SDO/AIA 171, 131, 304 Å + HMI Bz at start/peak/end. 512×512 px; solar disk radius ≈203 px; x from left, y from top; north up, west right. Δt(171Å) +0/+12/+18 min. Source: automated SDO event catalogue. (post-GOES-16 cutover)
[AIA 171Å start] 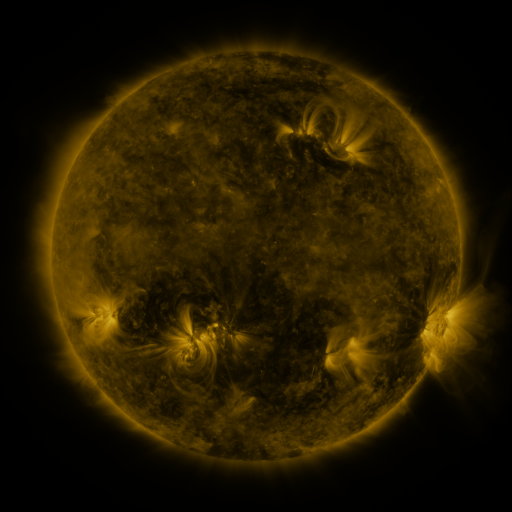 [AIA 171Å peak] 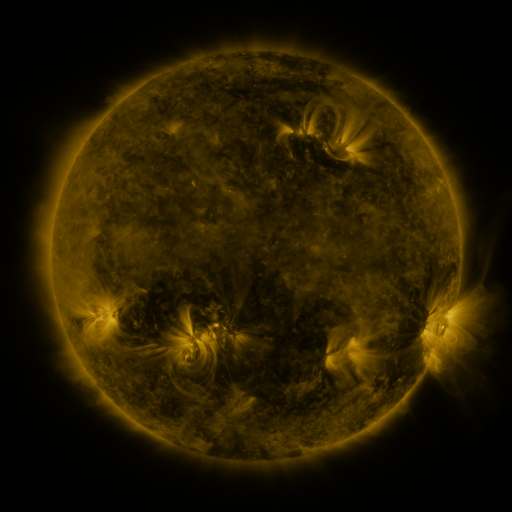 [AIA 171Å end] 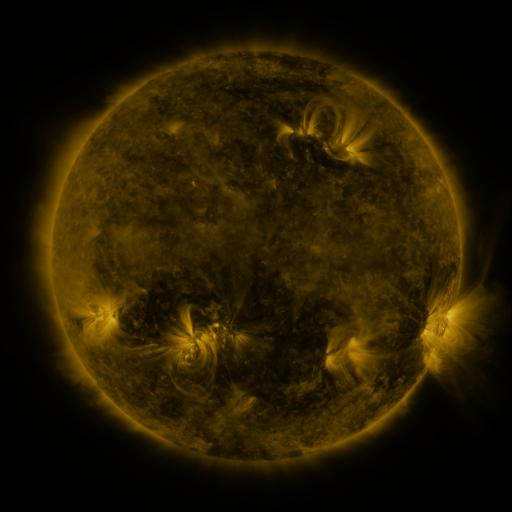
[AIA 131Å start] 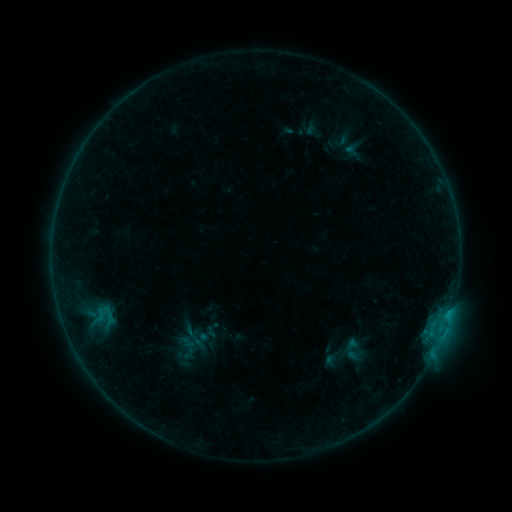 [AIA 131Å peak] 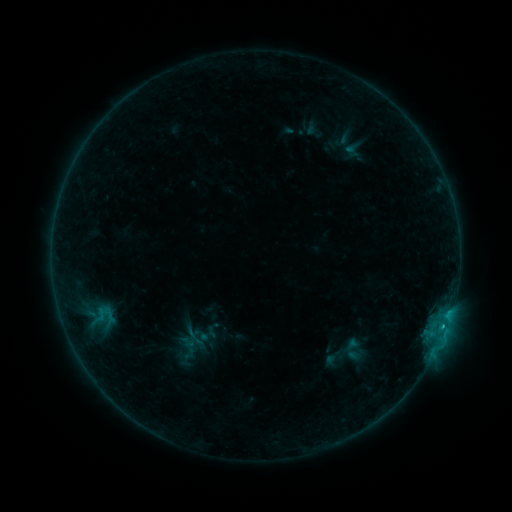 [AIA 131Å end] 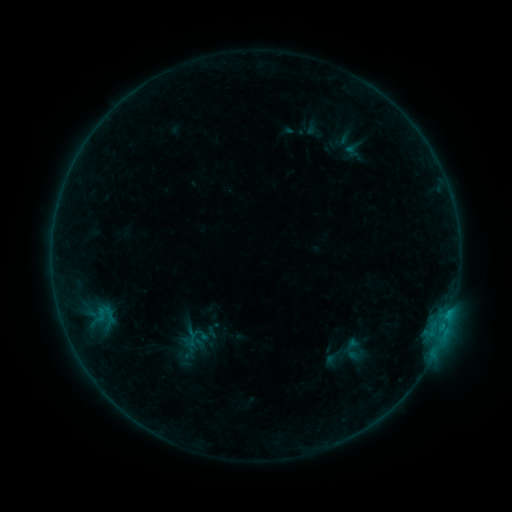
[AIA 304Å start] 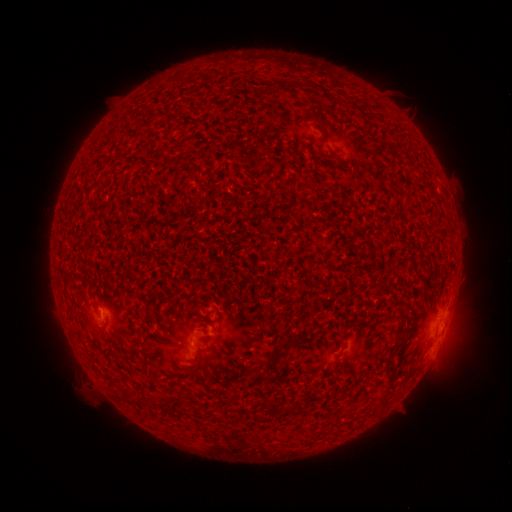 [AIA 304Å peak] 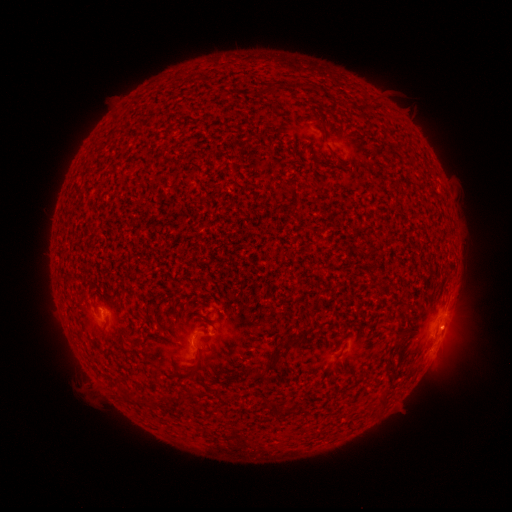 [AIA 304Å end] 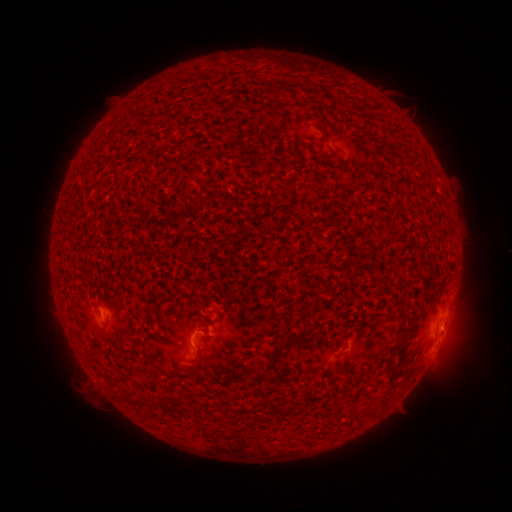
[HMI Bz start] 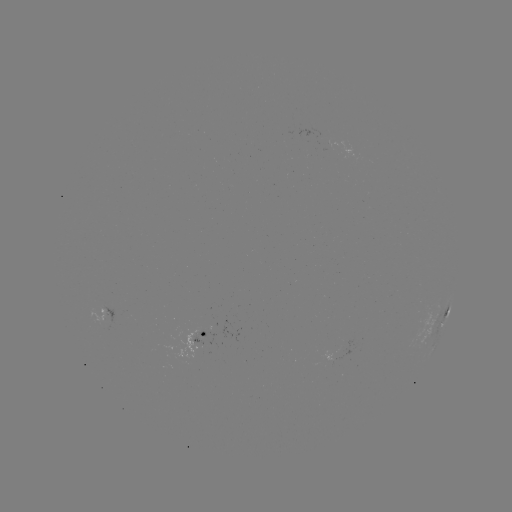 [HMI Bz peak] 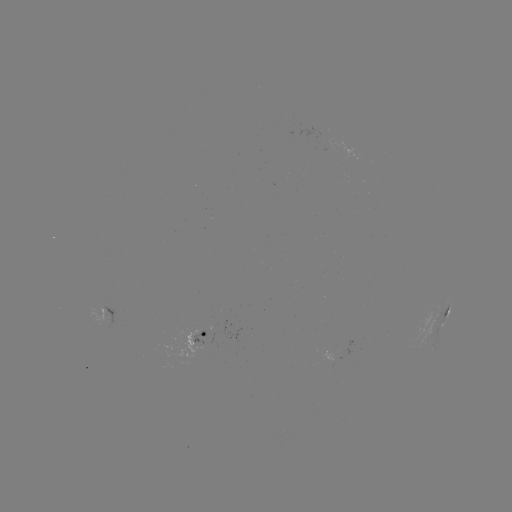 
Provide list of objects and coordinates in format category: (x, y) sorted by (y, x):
B8.7 flare: (442, 325)
